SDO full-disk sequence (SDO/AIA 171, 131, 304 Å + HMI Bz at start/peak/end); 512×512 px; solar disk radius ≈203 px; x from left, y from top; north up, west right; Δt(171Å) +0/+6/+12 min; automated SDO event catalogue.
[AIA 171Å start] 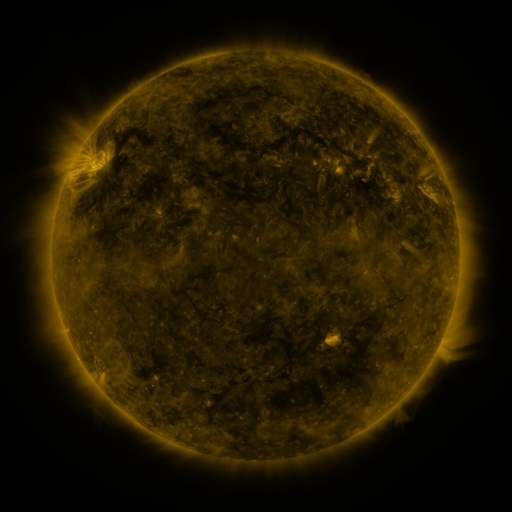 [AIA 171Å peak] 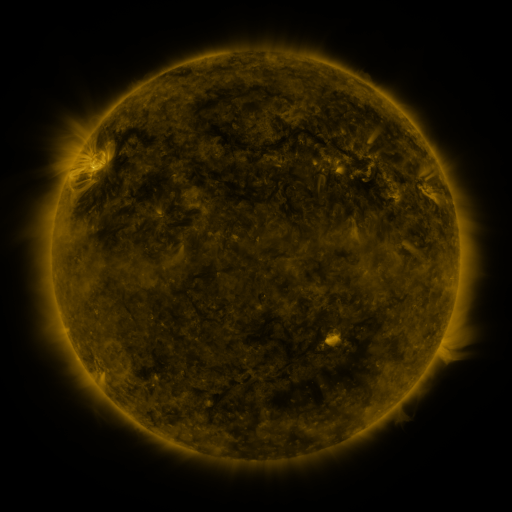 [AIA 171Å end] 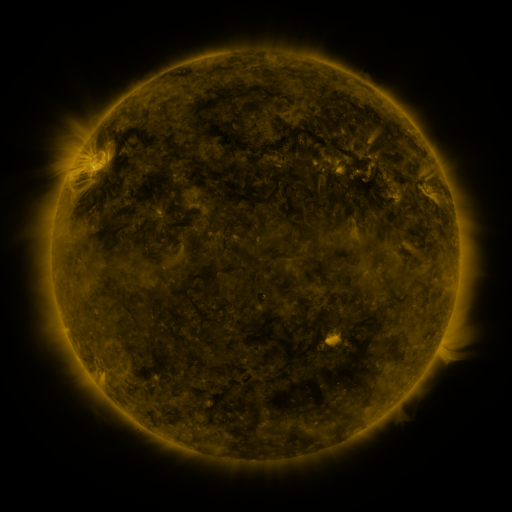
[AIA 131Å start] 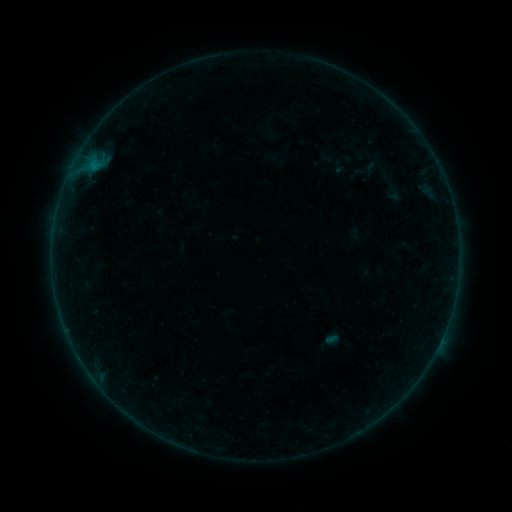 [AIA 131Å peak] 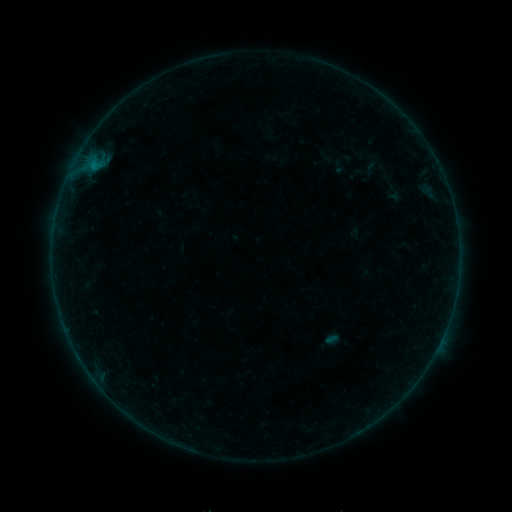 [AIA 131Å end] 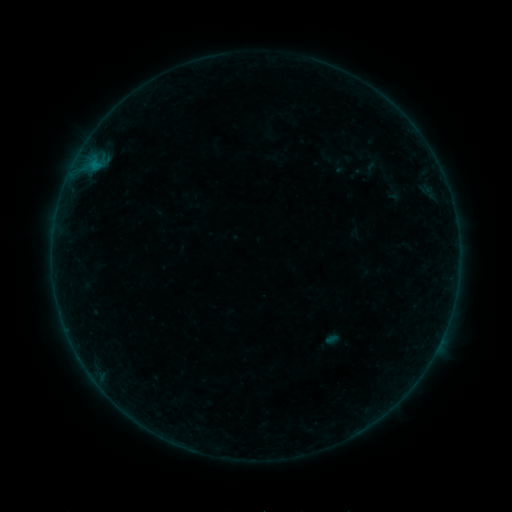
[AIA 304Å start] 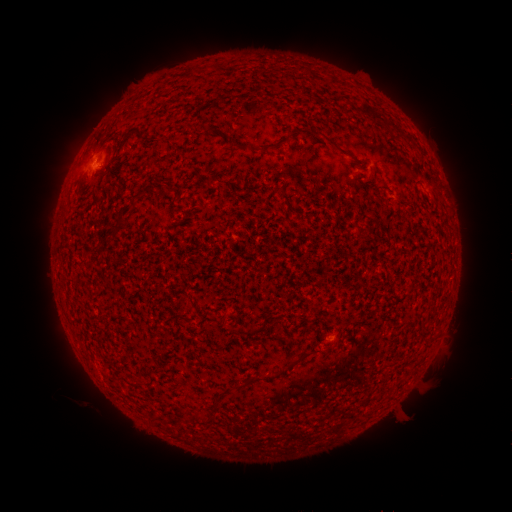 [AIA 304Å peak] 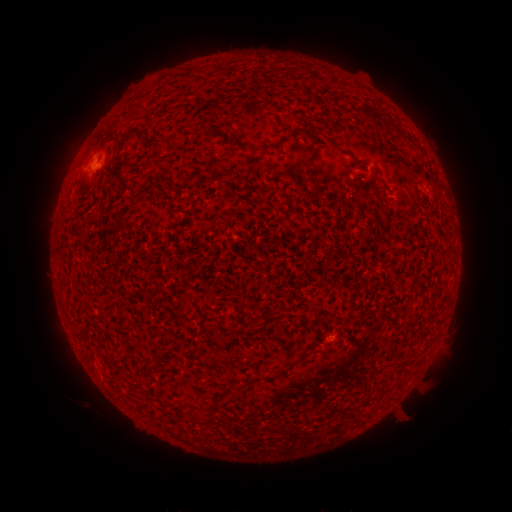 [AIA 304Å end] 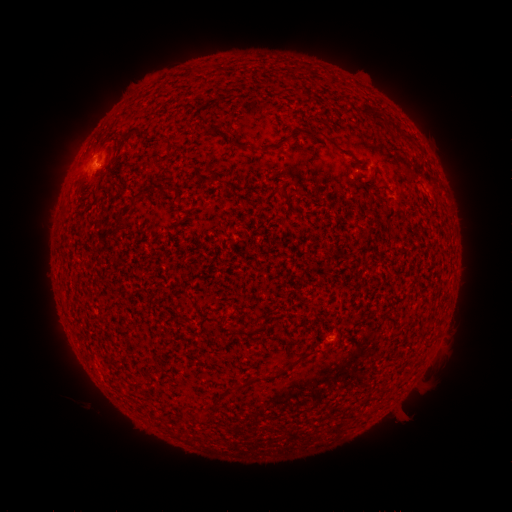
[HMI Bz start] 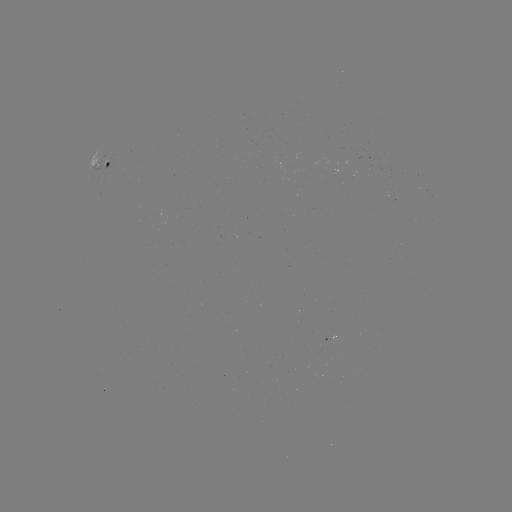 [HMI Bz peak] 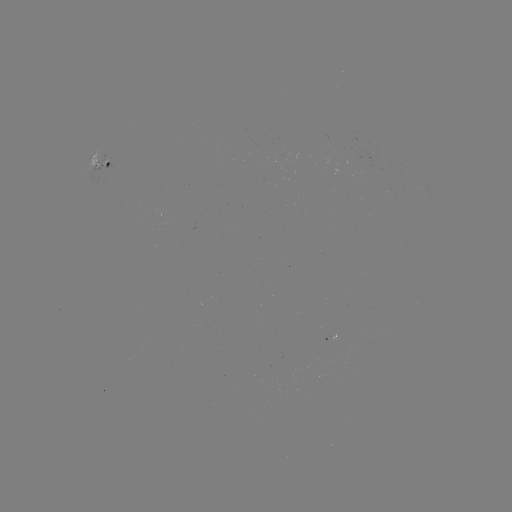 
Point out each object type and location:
B1.5 flare: (100, 168)
